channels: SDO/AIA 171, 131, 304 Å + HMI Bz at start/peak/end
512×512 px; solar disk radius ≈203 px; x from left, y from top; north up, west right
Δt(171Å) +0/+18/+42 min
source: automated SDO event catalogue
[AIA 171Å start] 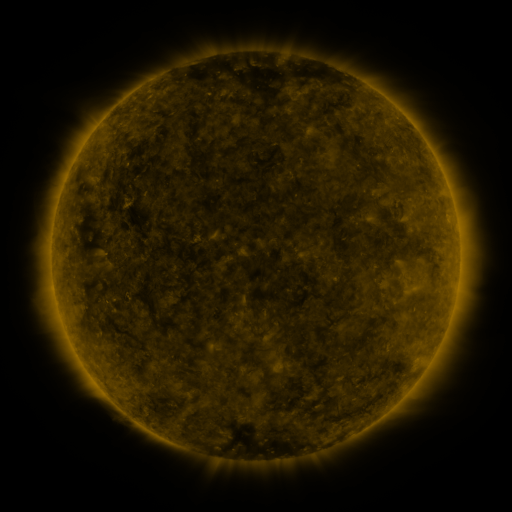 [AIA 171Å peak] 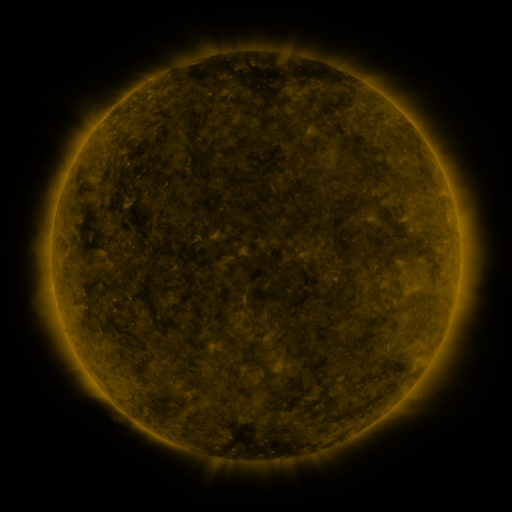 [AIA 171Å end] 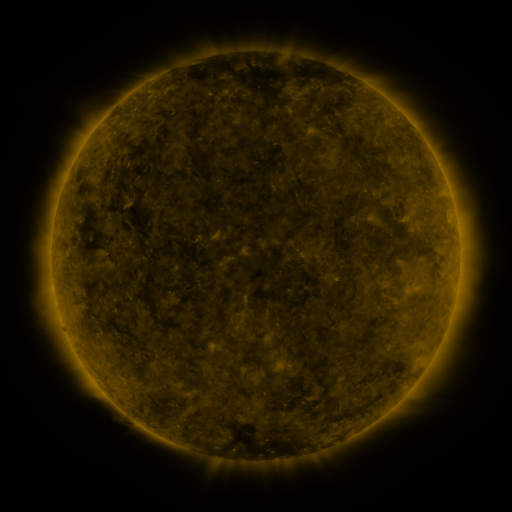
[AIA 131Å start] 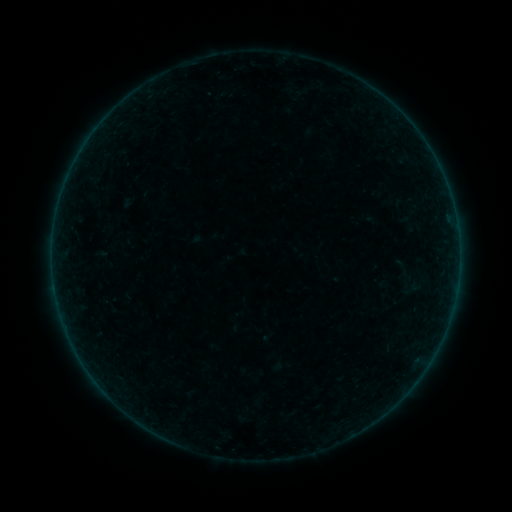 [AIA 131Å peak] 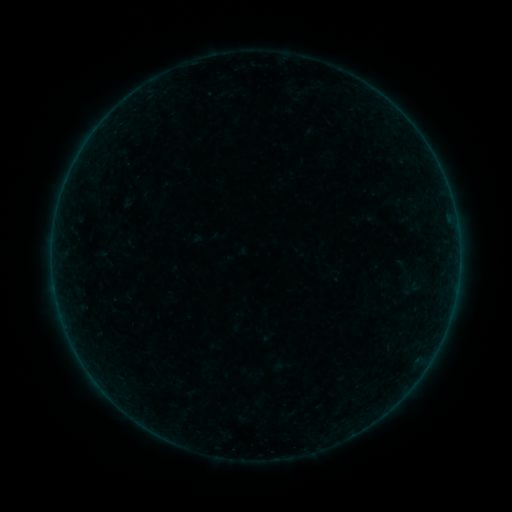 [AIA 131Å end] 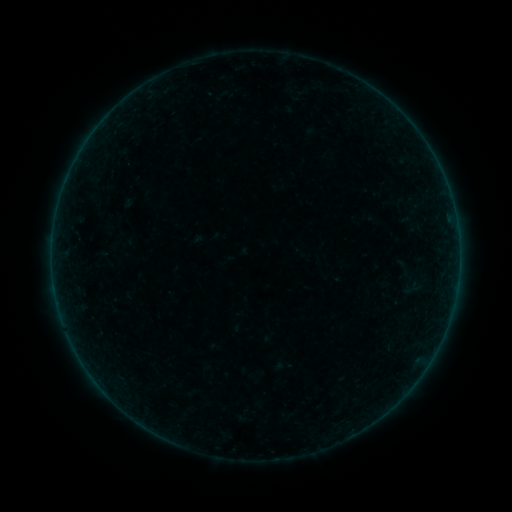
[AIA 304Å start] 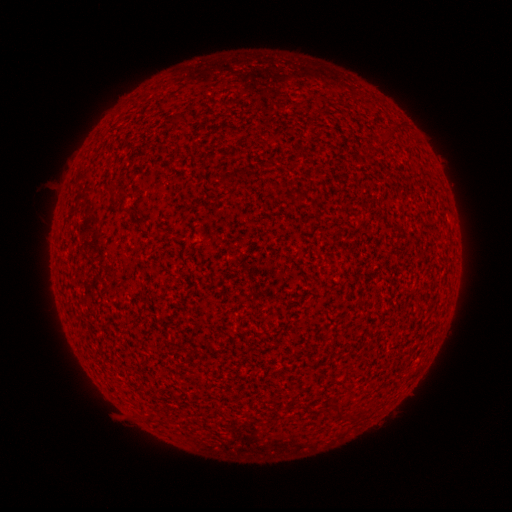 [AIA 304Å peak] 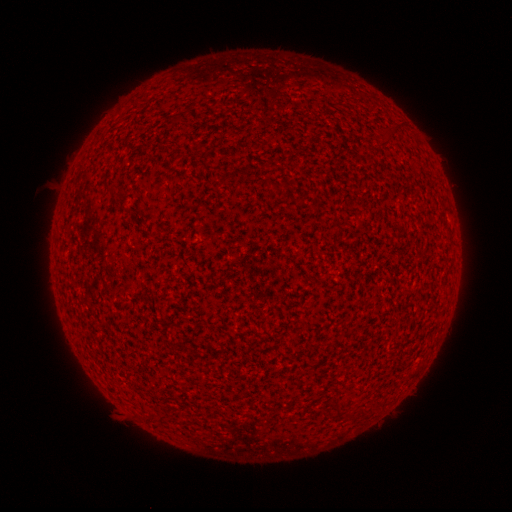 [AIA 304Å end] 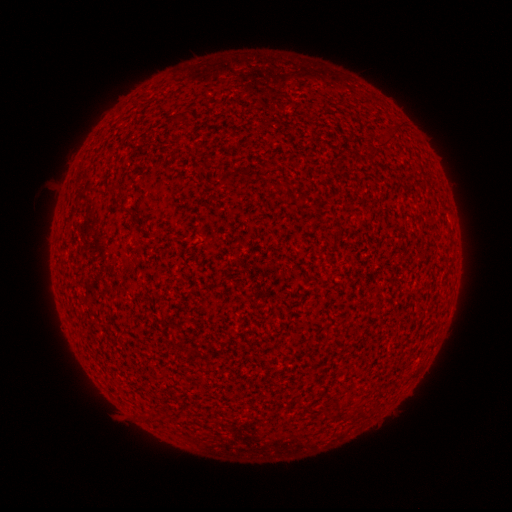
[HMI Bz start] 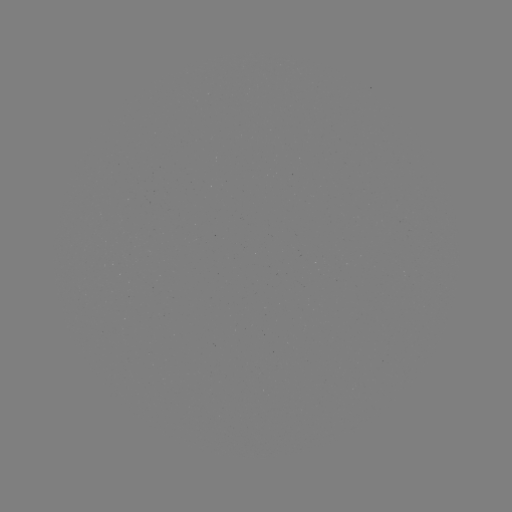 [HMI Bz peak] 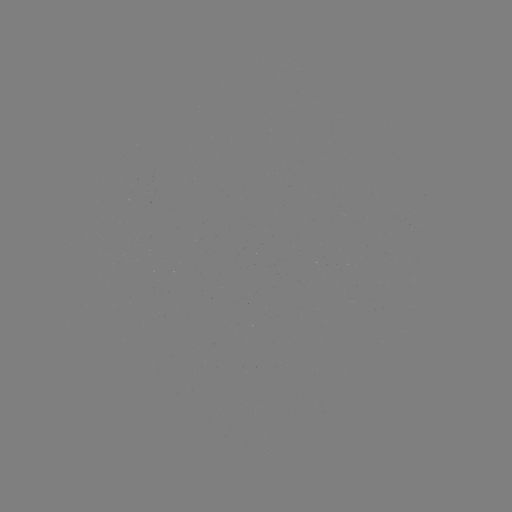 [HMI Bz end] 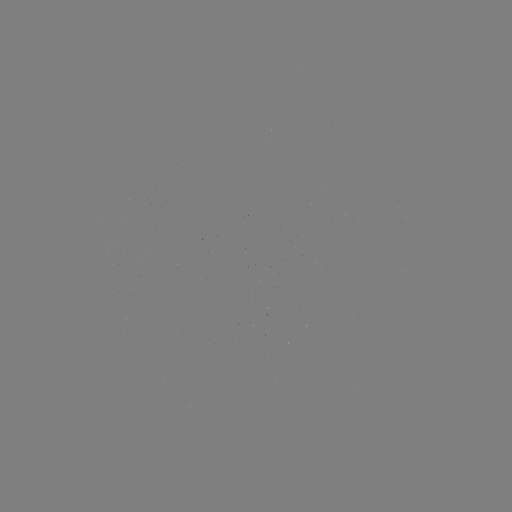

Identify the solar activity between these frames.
no classed flare was catalogued and no EUV brightening was flagged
